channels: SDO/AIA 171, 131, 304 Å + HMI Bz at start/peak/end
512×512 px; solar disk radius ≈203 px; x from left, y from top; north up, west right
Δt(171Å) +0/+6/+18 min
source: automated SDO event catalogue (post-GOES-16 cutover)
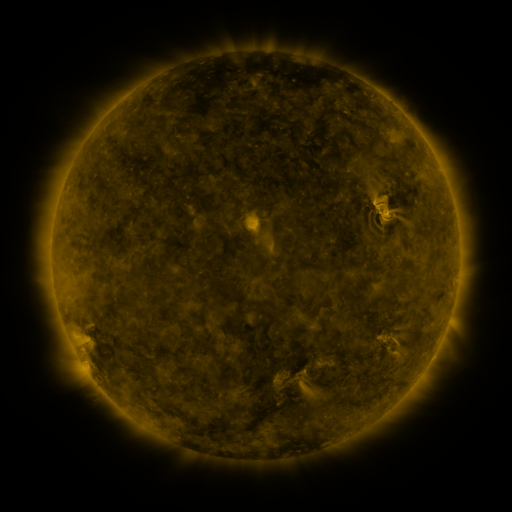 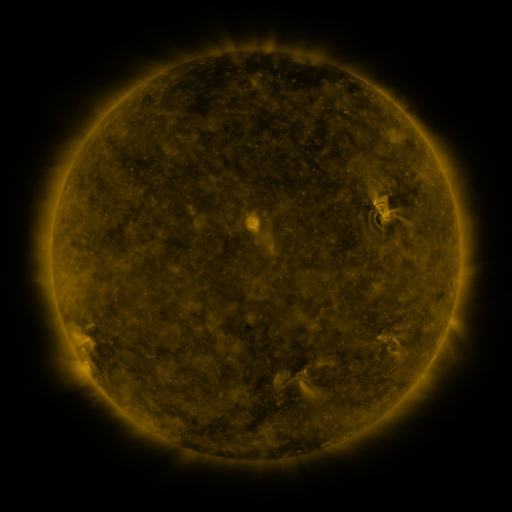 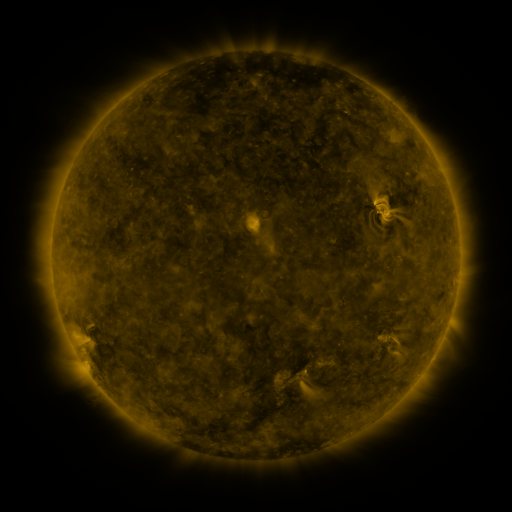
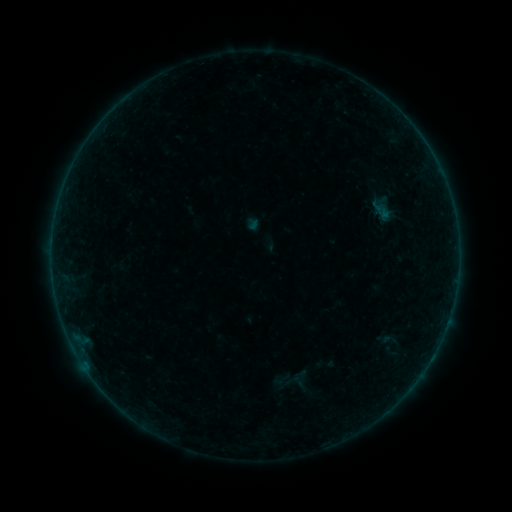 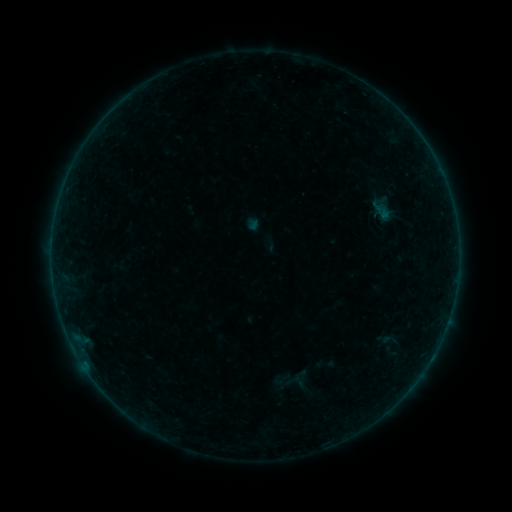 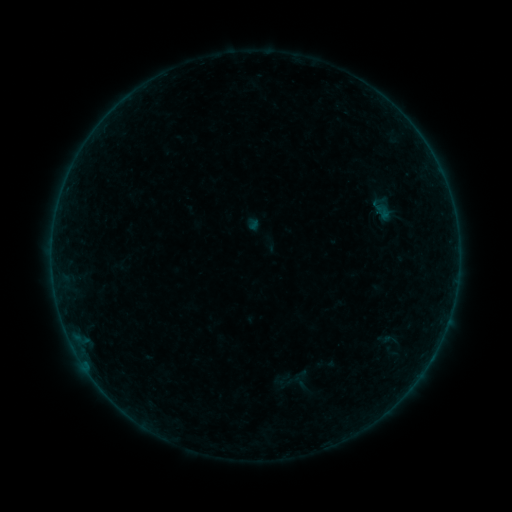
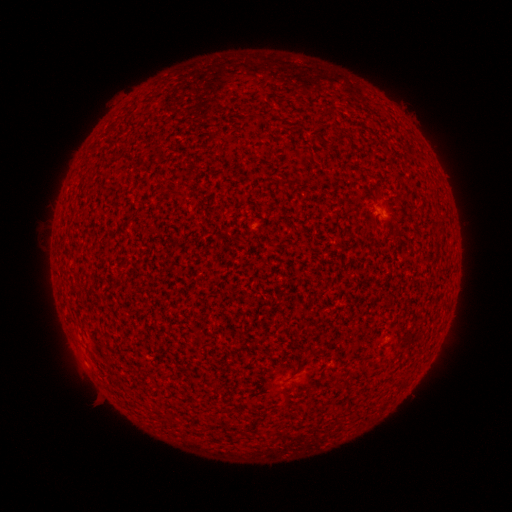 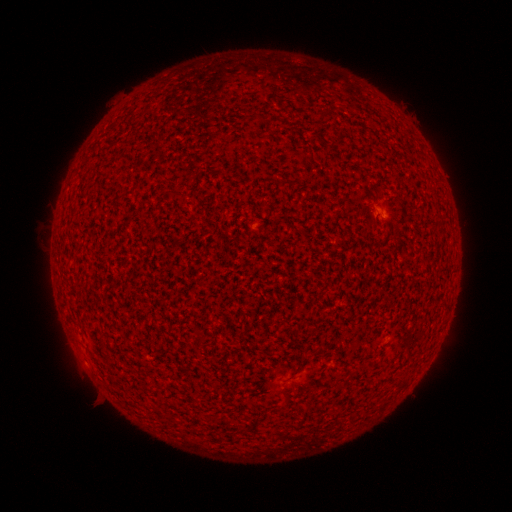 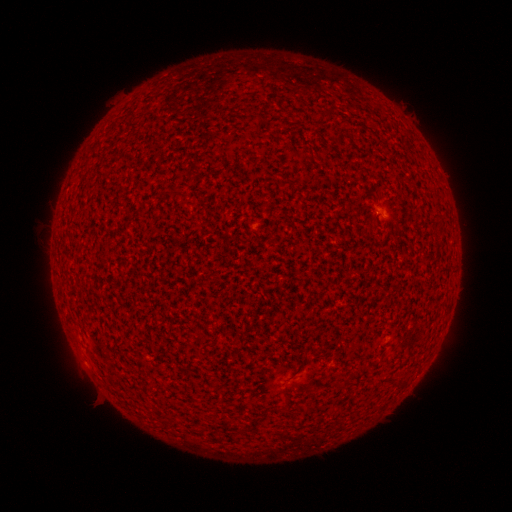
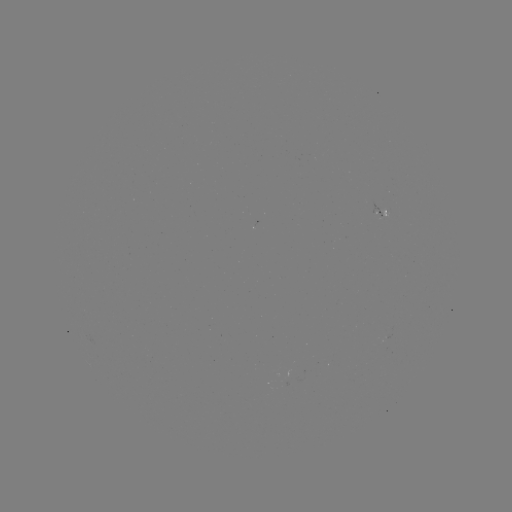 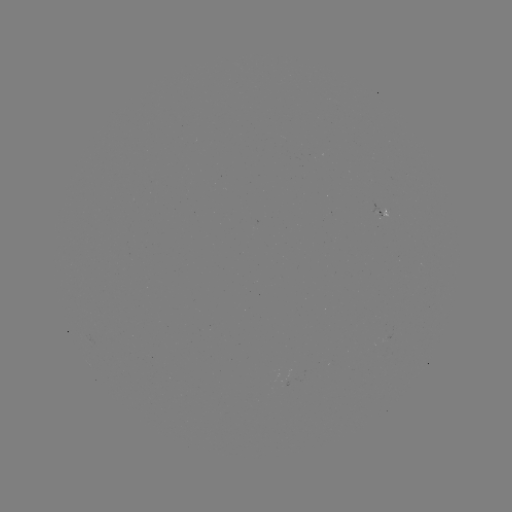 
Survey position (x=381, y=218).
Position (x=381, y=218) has A2.2 flare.